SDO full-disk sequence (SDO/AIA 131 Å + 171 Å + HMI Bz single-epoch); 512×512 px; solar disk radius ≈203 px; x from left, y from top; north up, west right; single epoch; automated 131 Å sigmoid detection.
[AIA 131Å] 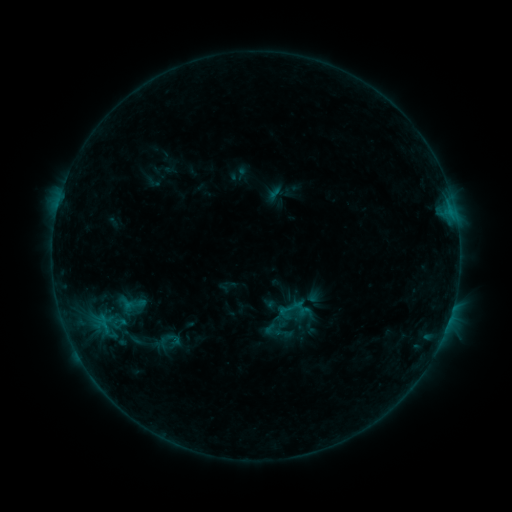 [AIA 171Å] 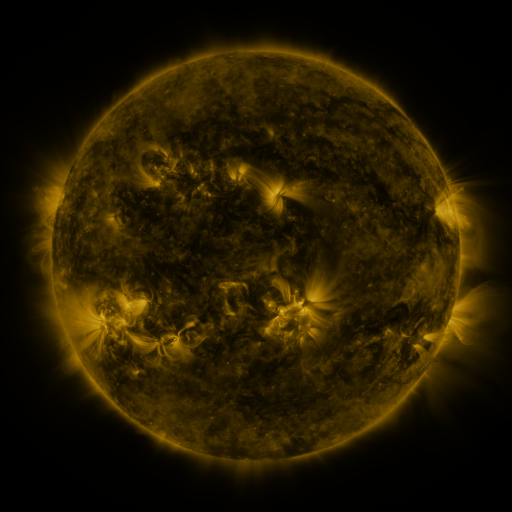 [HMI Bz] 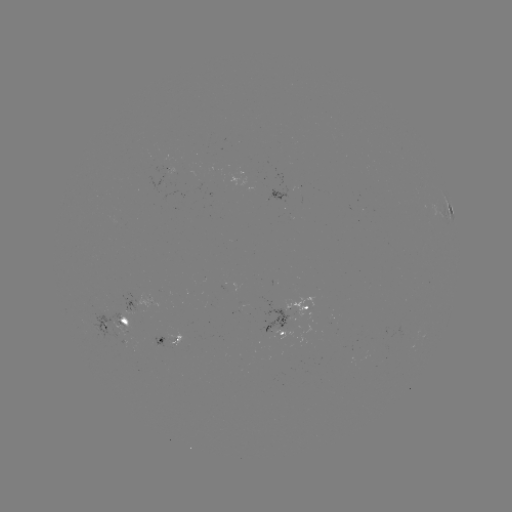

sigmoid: [160, 330, 186, 348]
